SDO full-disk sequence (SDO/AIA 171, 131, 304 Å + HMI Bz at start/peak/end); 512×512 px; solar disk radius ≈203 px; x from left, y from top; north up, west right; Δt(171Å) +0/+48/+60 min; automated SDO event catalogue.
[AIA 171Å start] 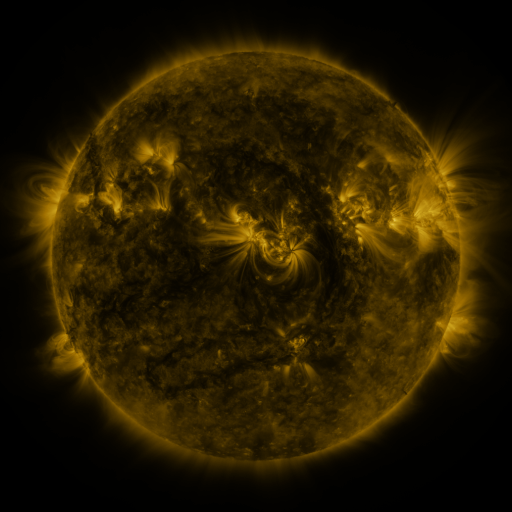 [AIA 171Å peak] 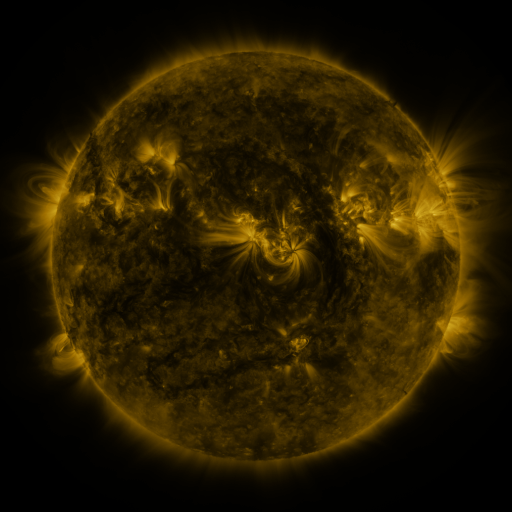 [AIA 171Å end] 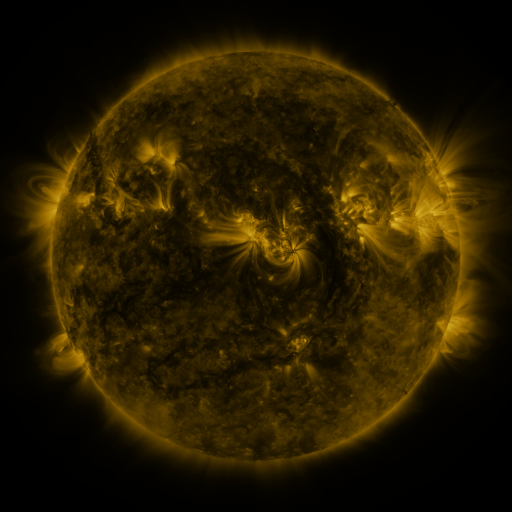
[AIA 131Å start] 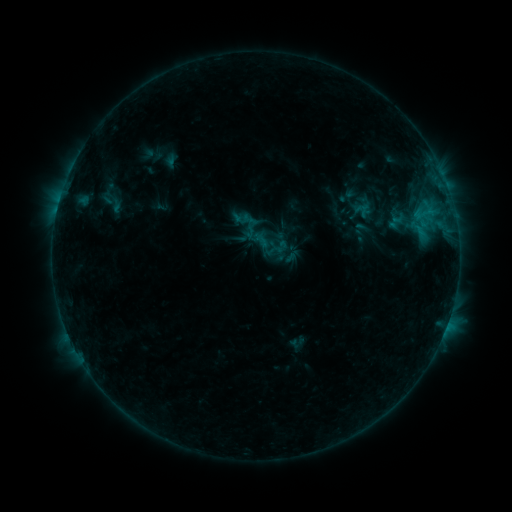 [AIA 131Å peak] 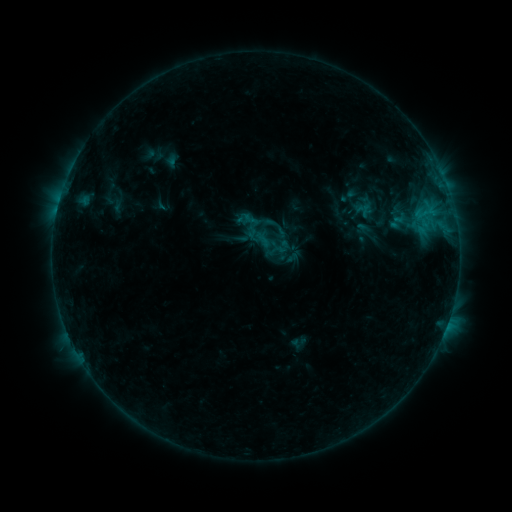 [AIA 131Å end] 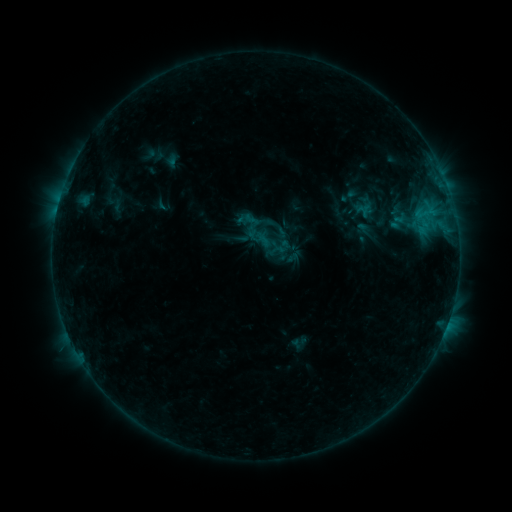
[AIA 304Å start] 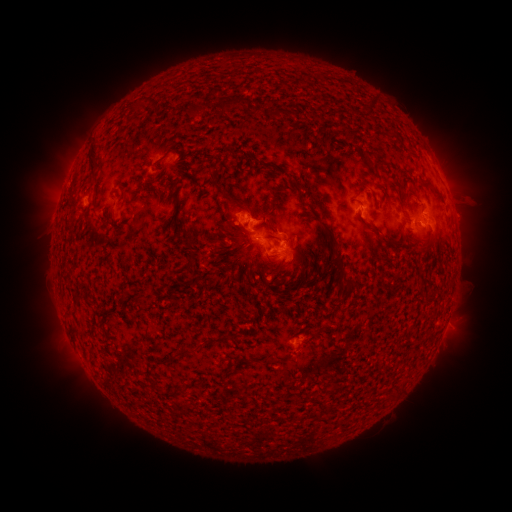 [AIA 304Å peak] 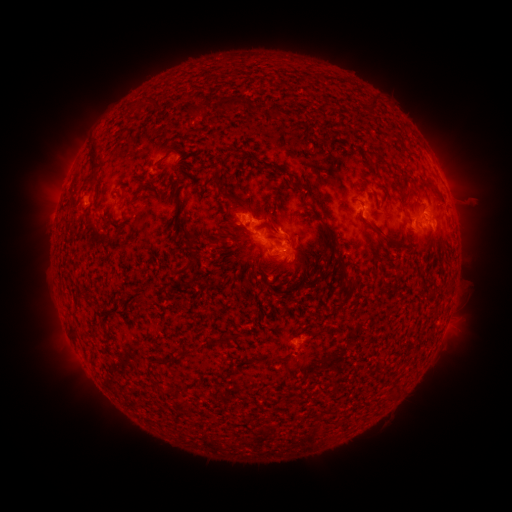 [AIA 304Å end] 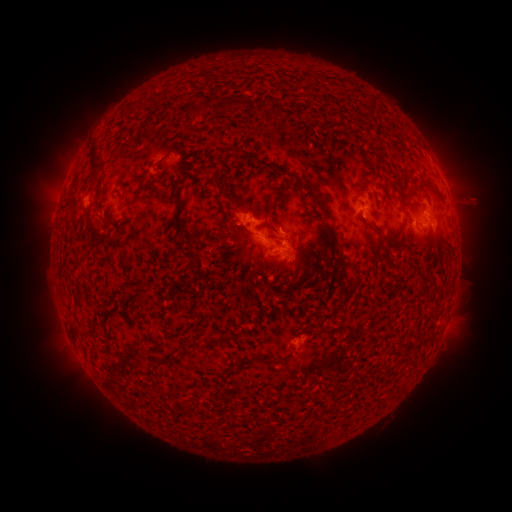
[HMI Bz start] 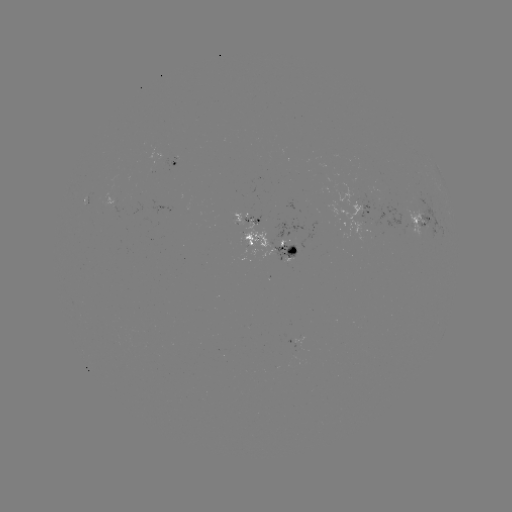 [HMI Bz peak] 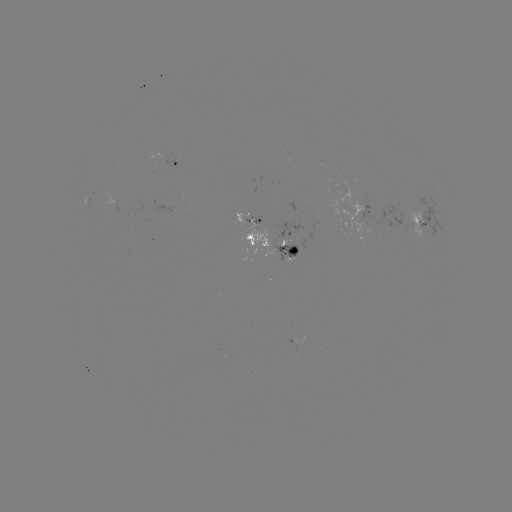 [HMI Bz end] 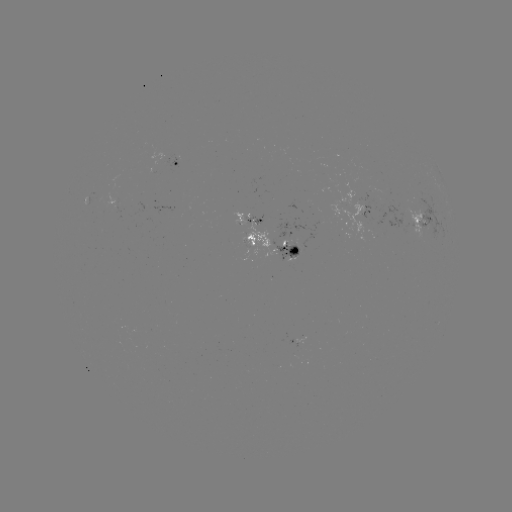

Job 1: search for B8.5 flare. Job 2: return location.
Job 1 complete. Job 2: [266, 223].